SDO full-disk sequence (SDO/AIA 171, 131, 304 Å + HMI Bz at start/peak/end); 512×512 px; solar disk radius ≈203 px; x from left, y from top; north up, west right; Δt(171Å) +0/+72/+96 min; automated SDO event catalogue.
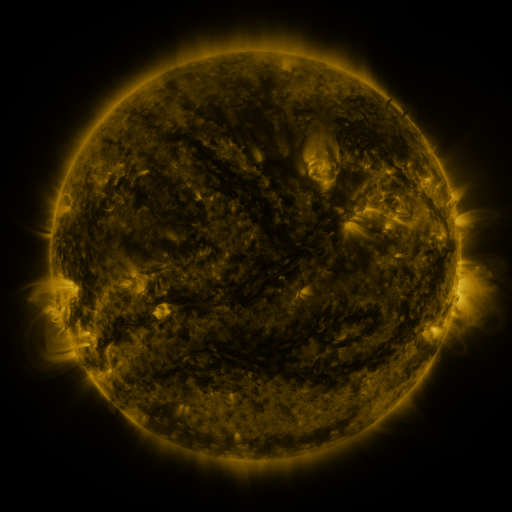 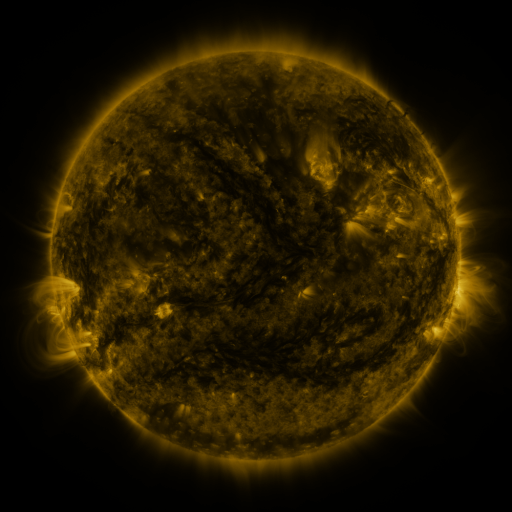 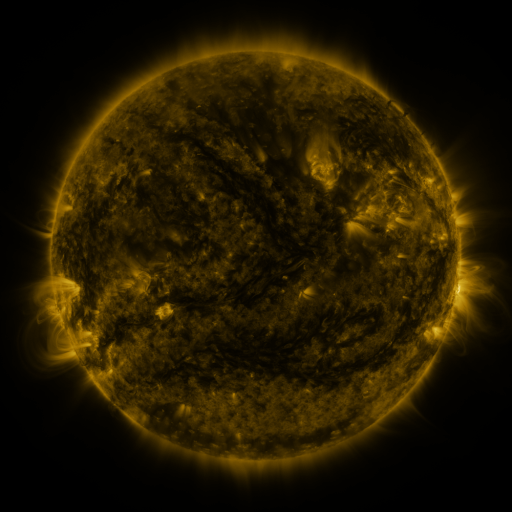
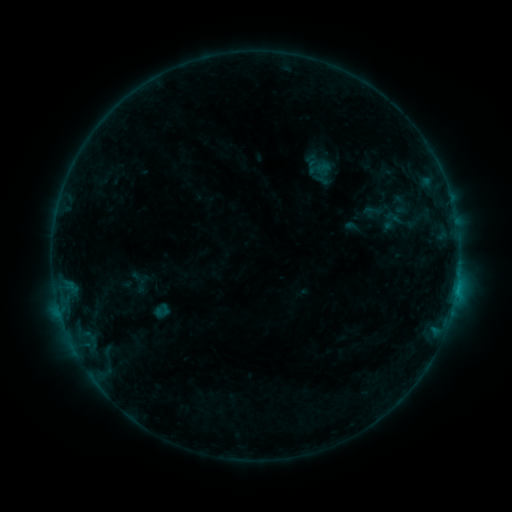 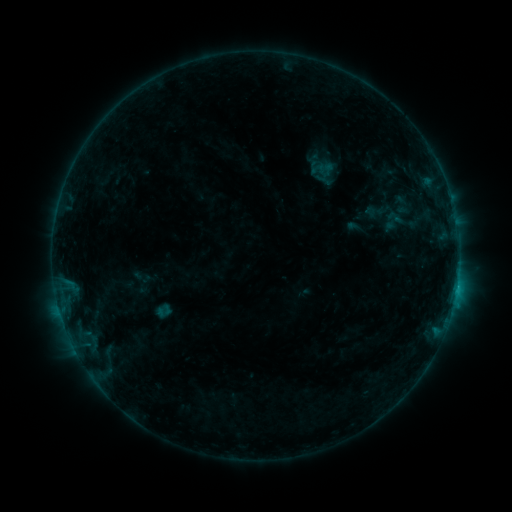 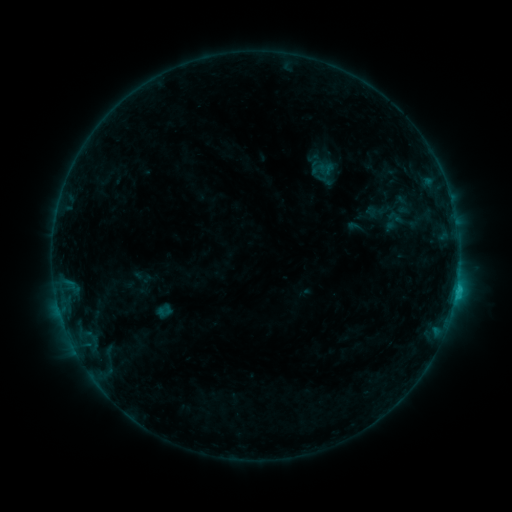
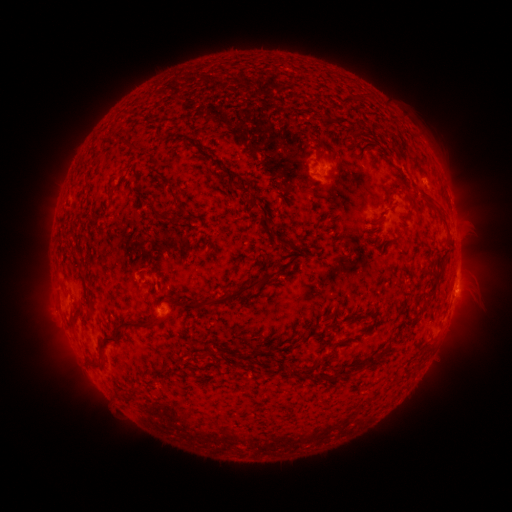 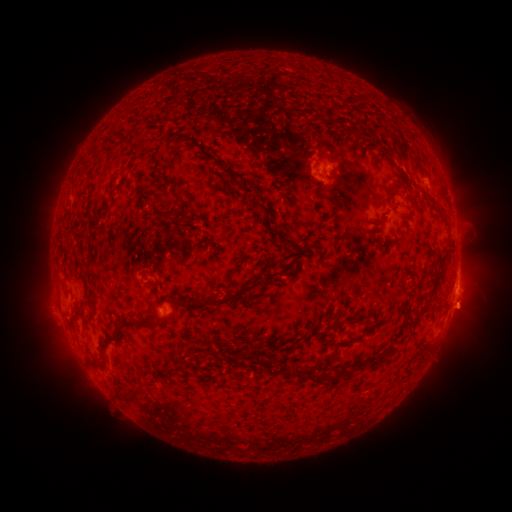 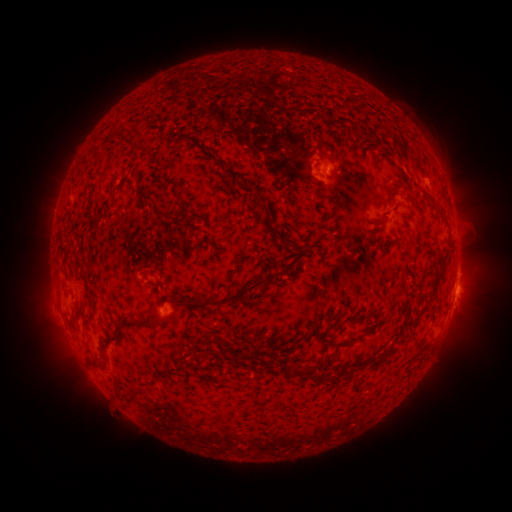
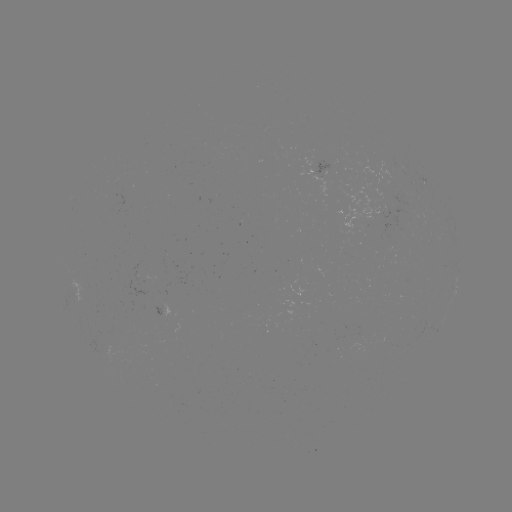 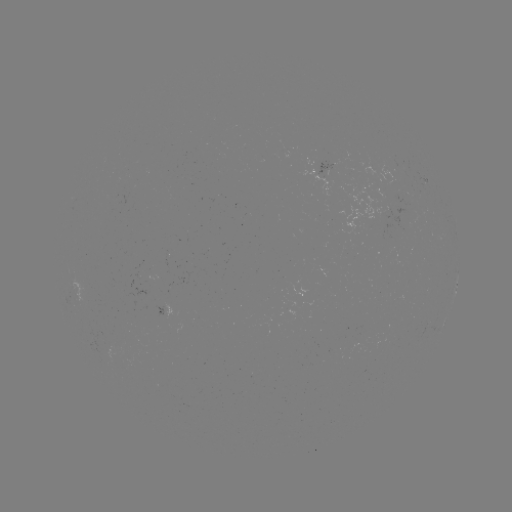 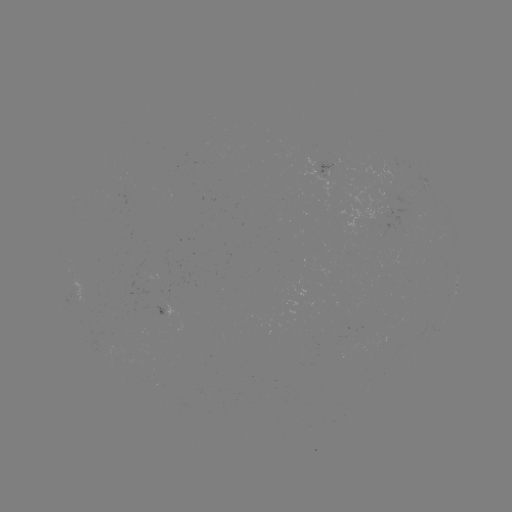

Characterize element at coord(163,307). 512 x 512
emerging-flux region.